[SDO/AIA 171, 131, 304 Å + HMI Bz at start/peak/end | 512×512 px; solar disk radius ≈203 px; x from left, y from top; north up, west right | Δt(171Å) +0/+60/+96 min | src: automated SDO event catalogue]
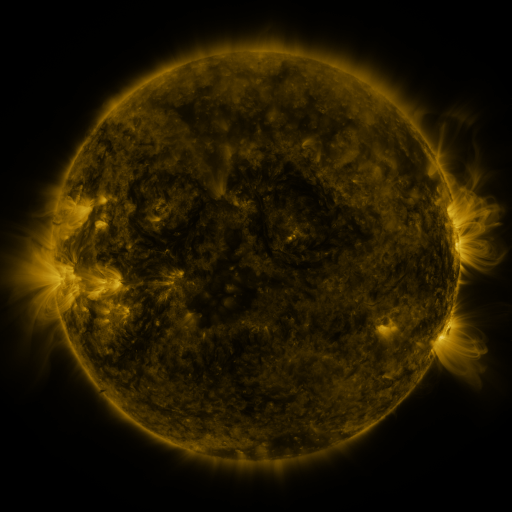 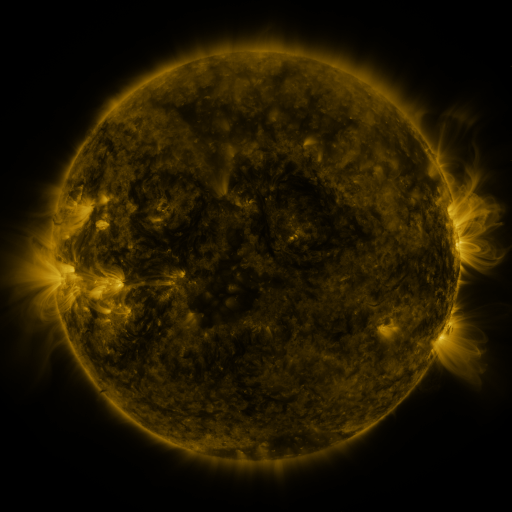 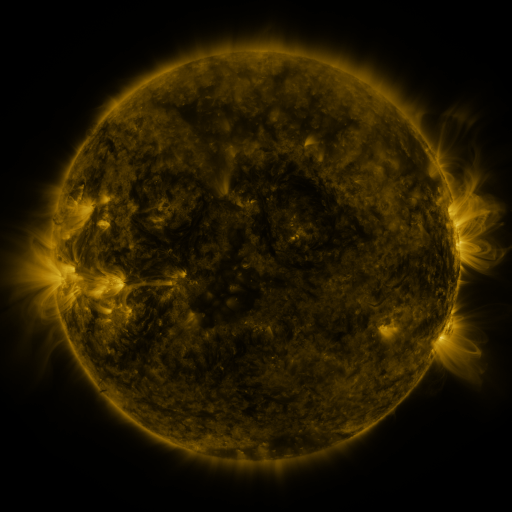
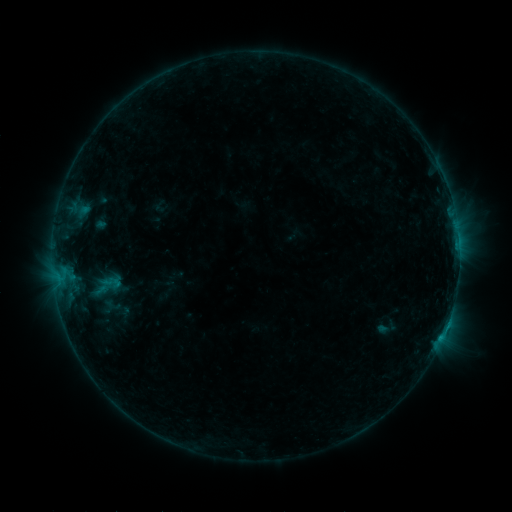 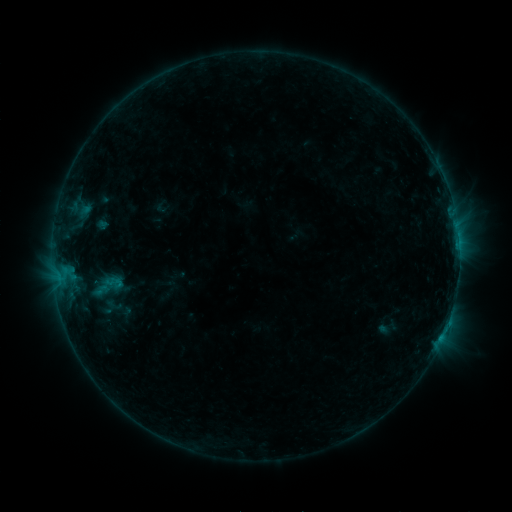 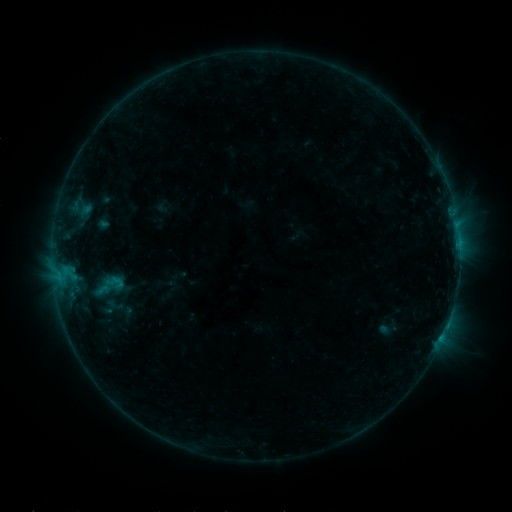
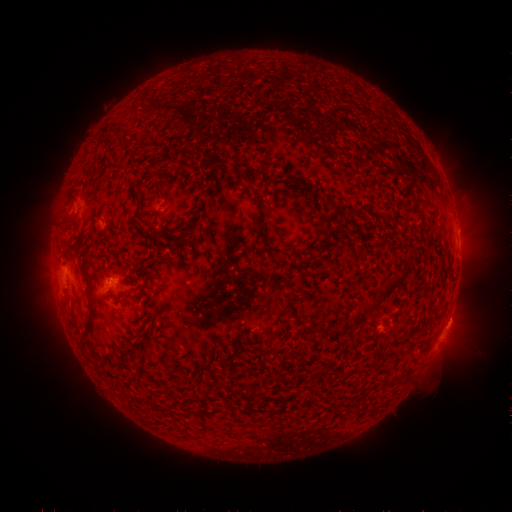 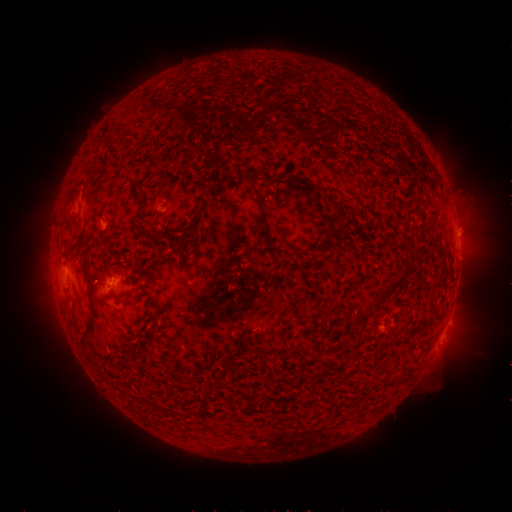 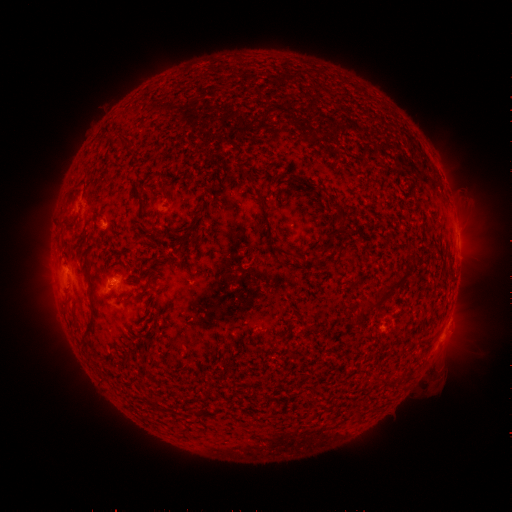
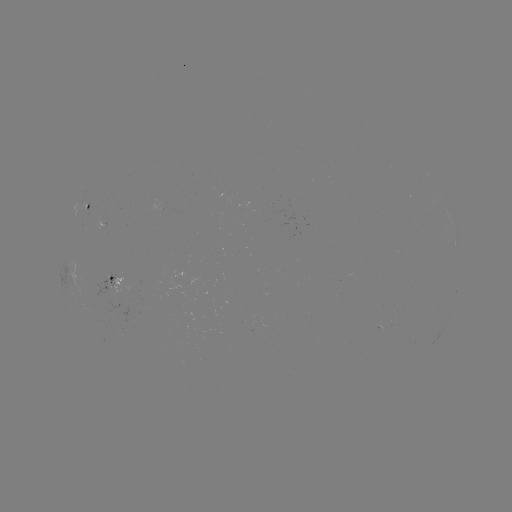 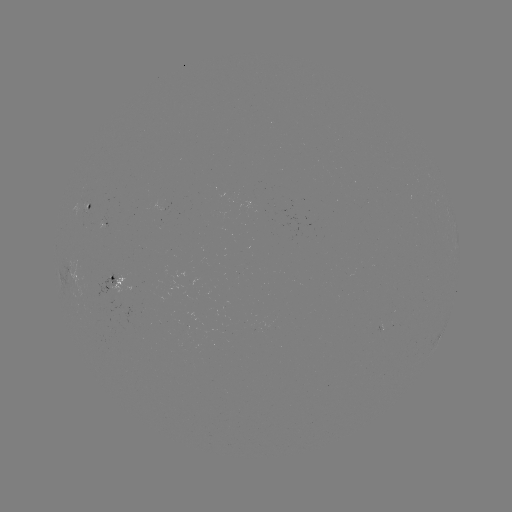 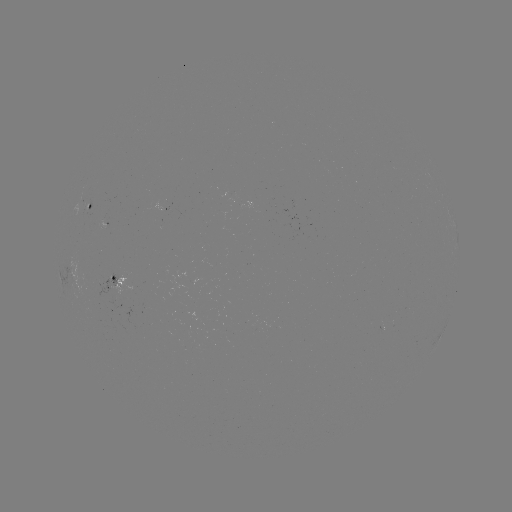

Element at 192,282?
emerging-flux region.